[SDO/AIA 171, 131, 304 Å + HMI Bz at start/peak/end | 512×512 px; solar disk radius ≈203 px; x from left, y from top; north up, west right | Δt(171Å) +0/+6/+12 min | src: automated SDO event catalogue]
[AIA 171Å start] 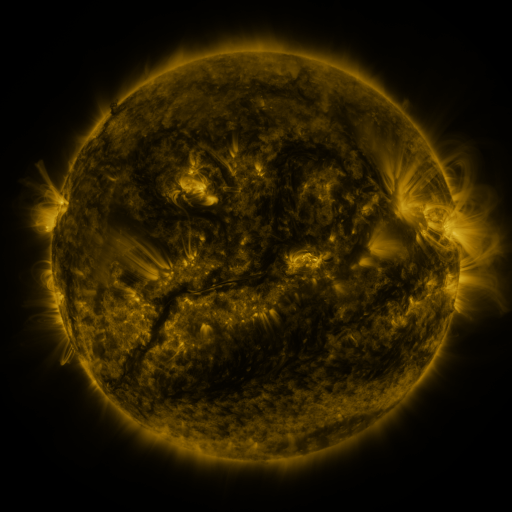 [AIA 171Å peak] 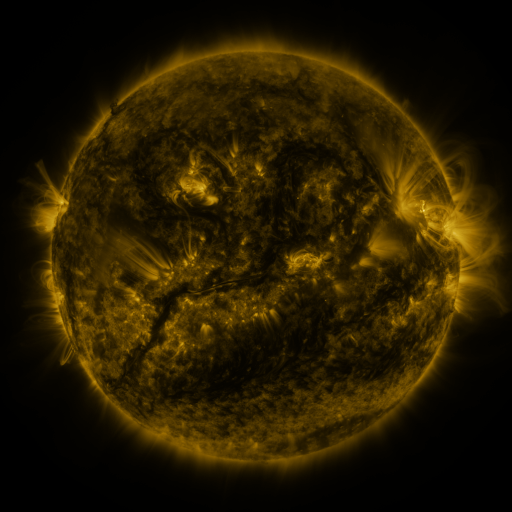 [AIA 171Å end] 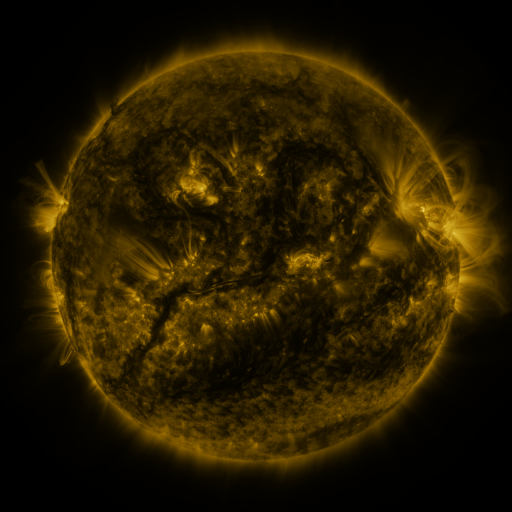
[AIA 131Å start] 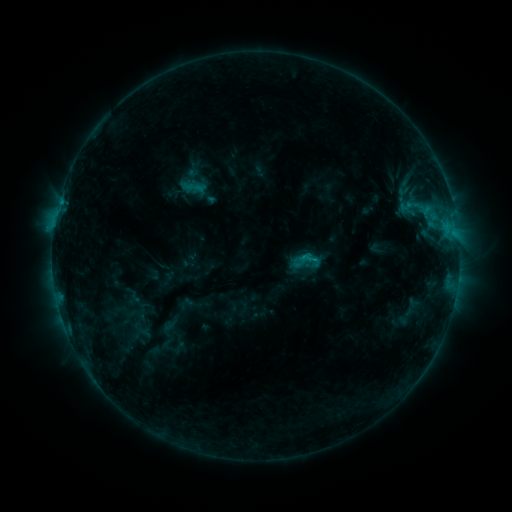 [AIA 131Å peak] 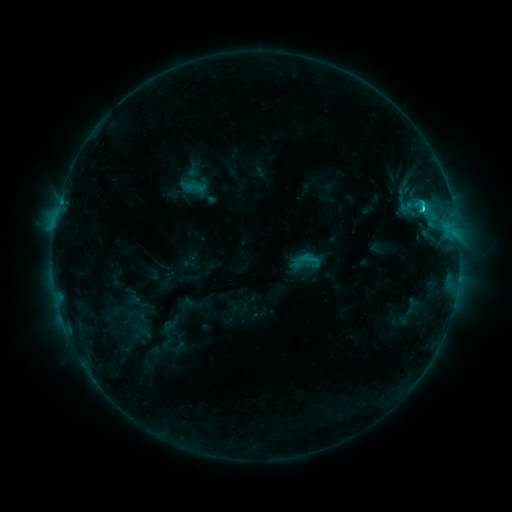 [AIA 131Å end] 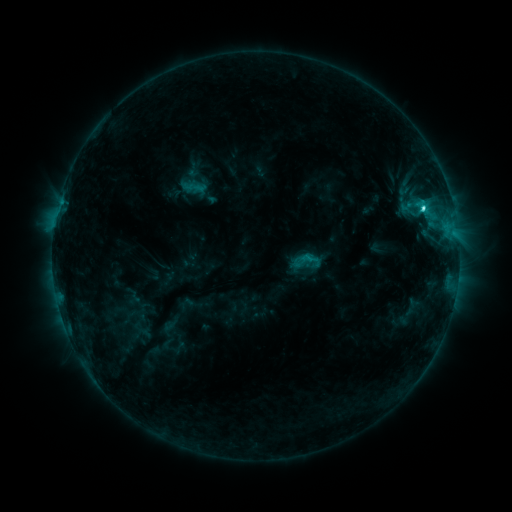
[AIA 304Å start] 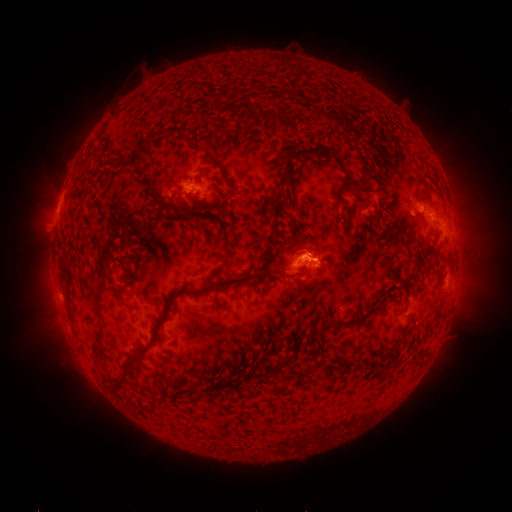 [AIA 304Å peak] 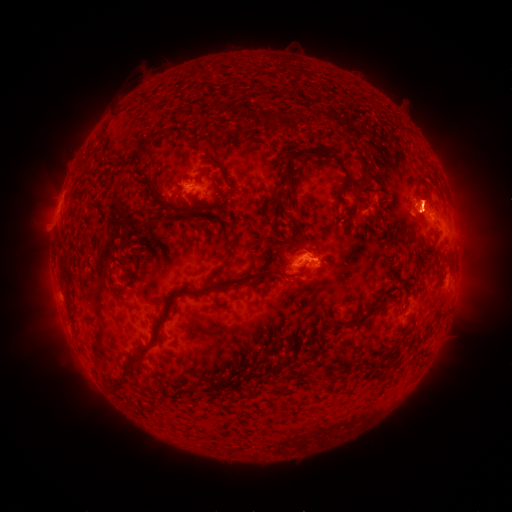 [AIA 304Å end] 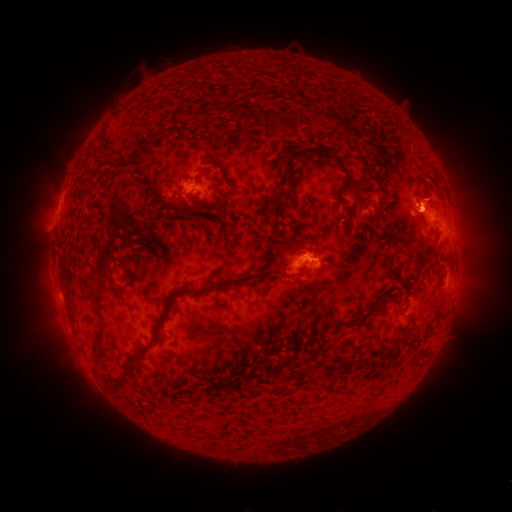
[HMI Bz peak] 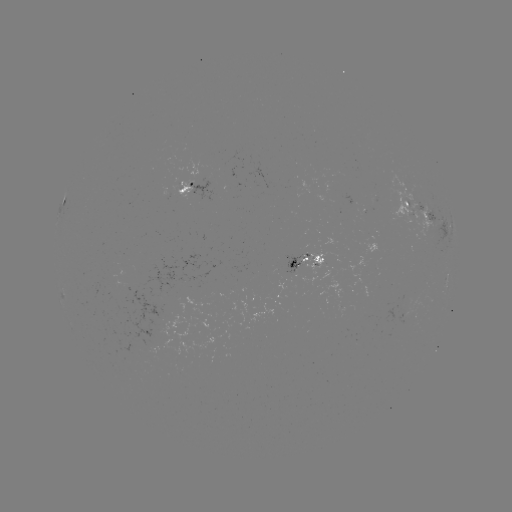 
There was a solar eruption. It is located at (421, 234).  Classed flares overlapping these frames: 1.